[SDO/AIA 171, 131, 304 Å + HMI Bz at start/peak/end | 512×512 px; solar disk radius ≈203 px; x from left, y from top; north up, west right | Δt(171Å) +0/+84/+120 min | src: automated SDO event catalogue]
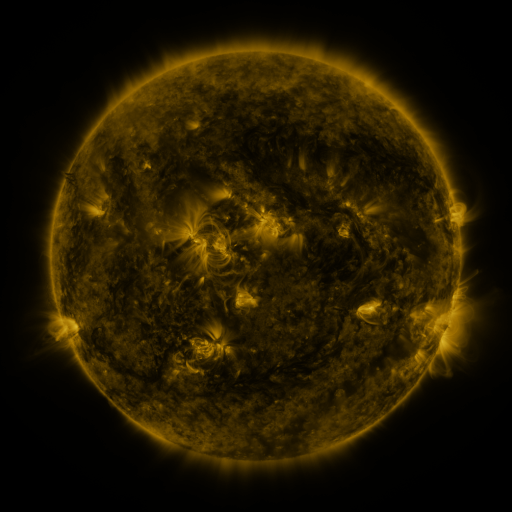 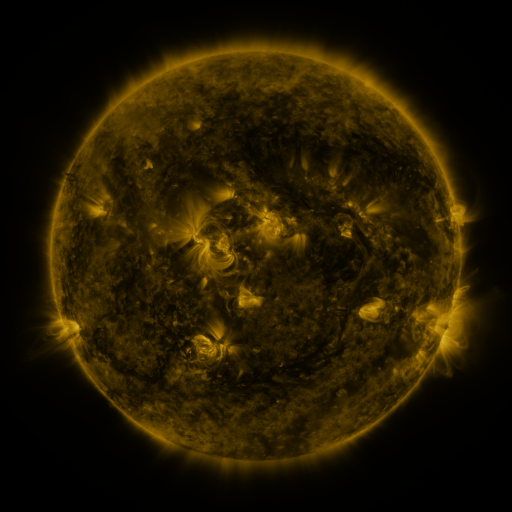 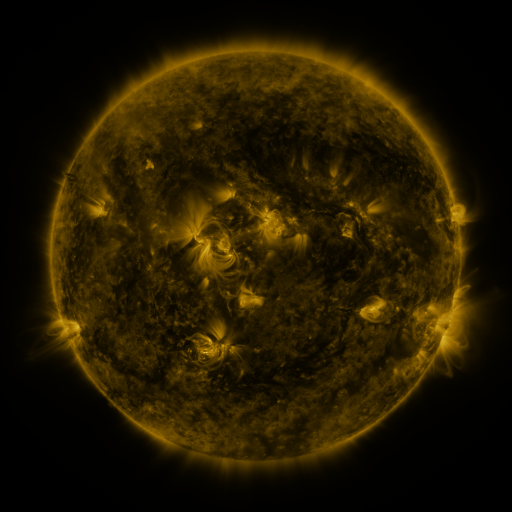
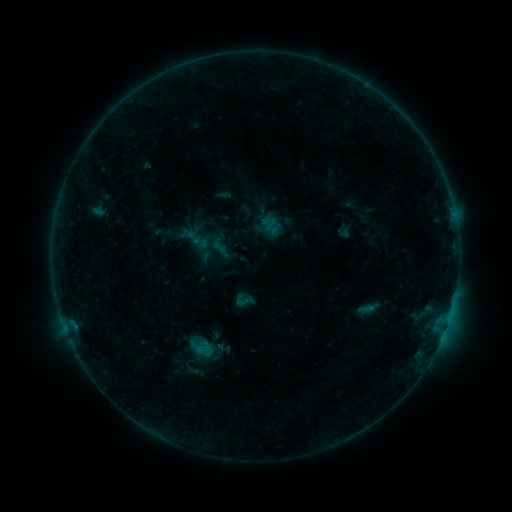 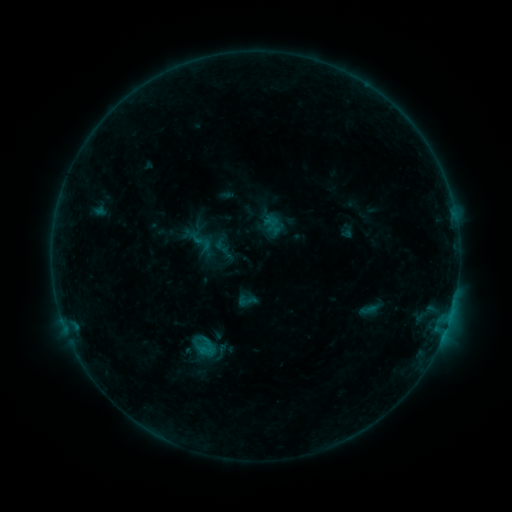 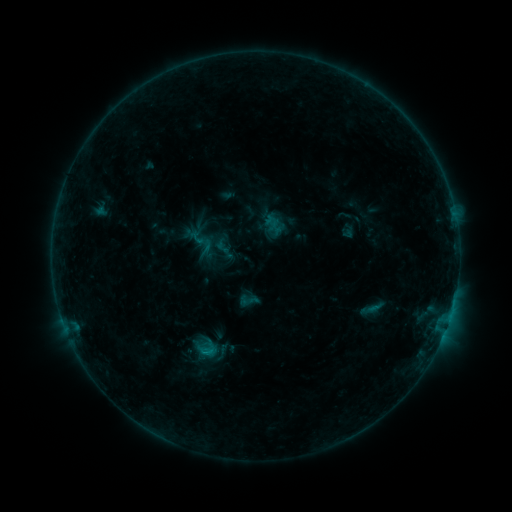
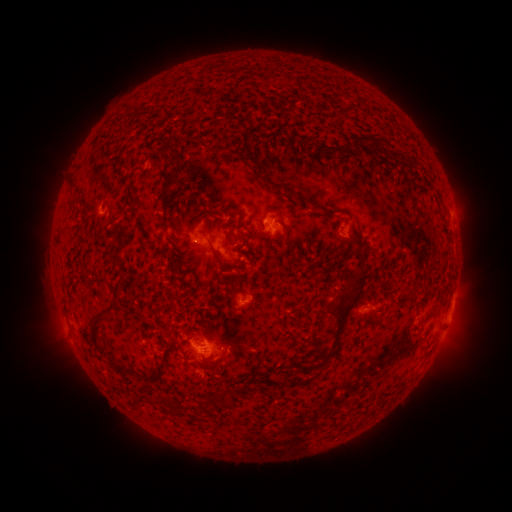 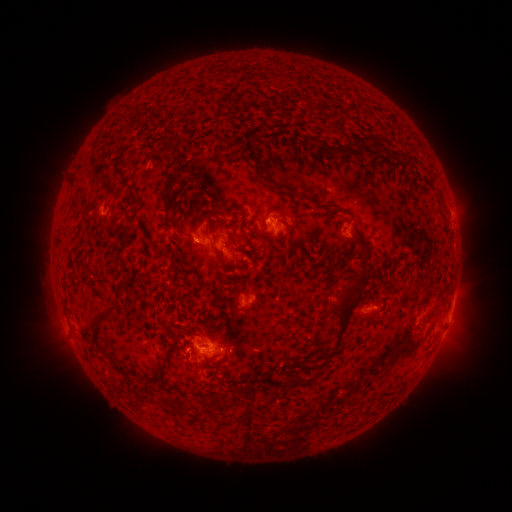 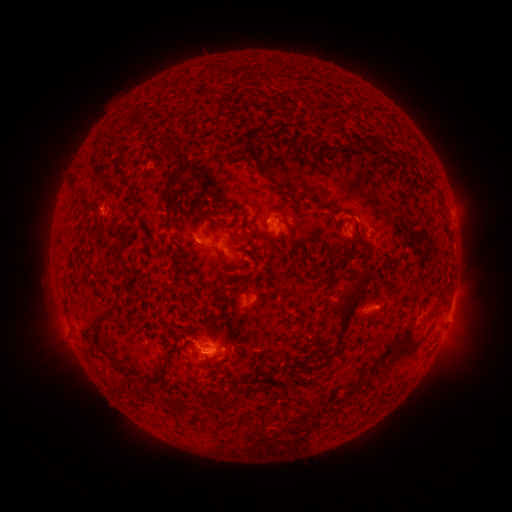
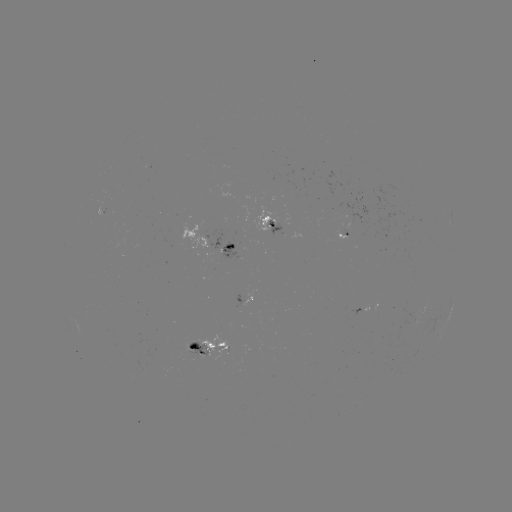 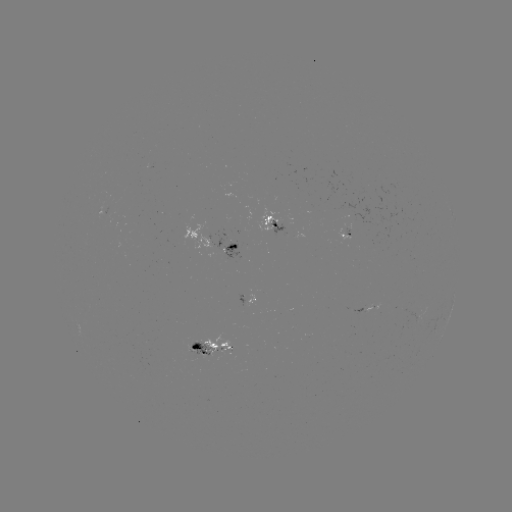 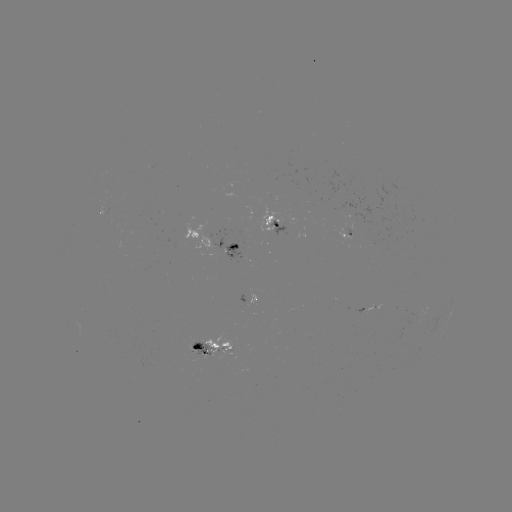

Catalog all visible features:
emerging-flux region: (246, 294)
